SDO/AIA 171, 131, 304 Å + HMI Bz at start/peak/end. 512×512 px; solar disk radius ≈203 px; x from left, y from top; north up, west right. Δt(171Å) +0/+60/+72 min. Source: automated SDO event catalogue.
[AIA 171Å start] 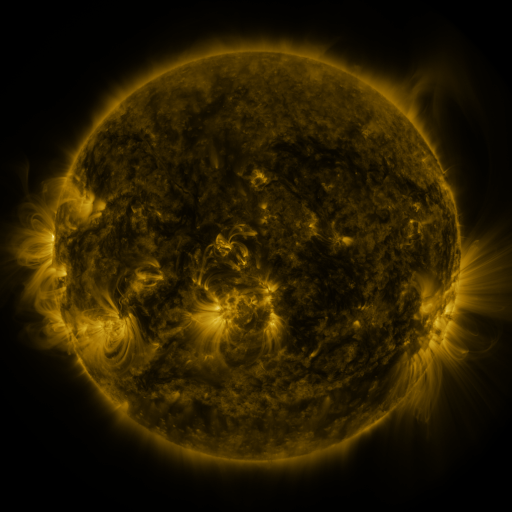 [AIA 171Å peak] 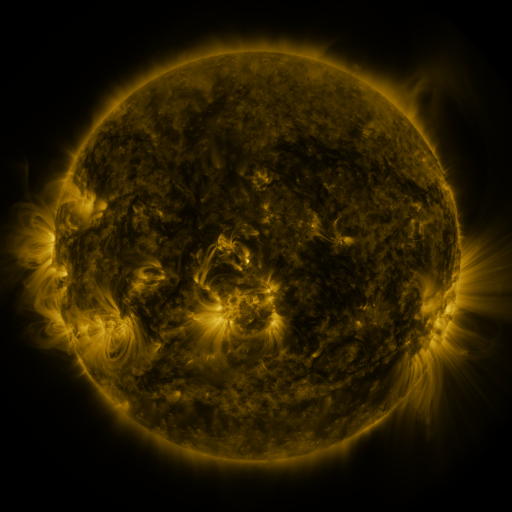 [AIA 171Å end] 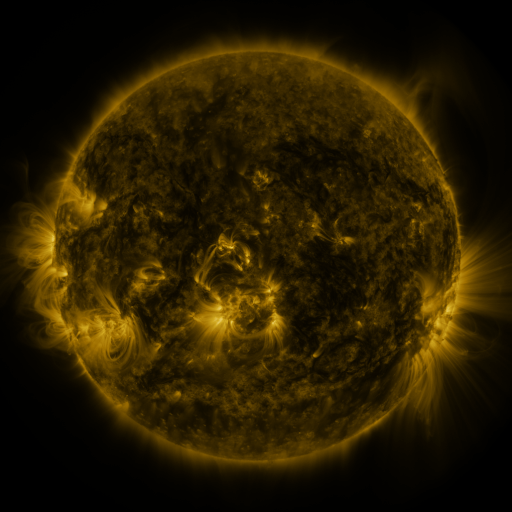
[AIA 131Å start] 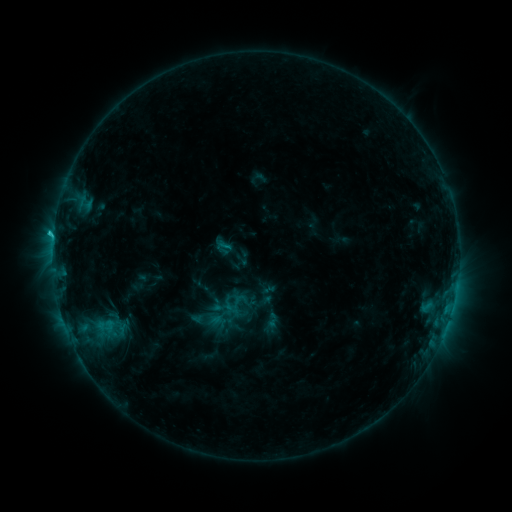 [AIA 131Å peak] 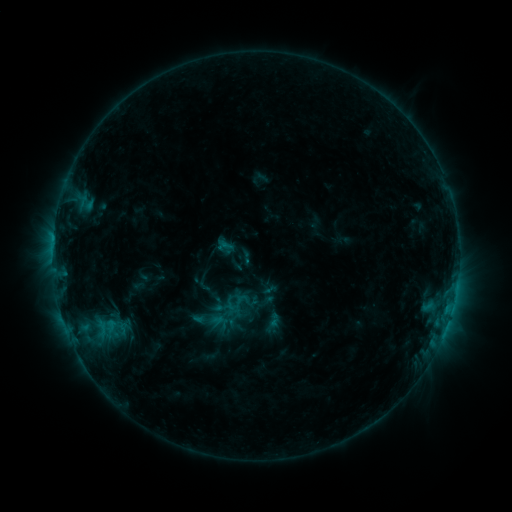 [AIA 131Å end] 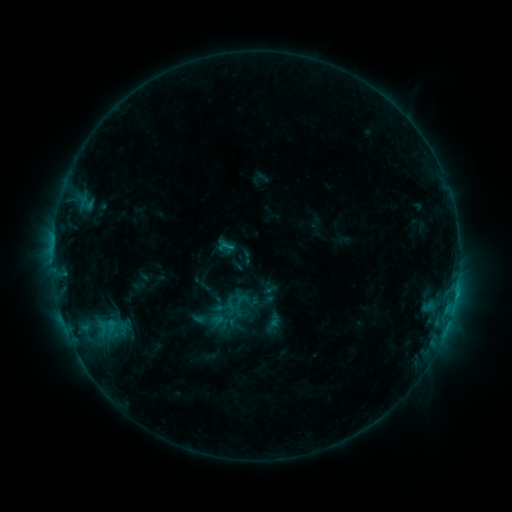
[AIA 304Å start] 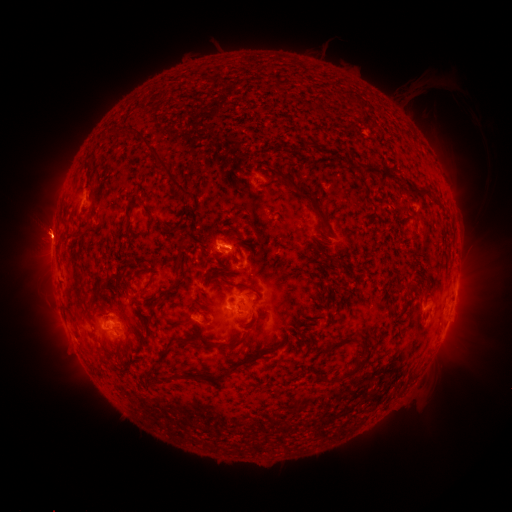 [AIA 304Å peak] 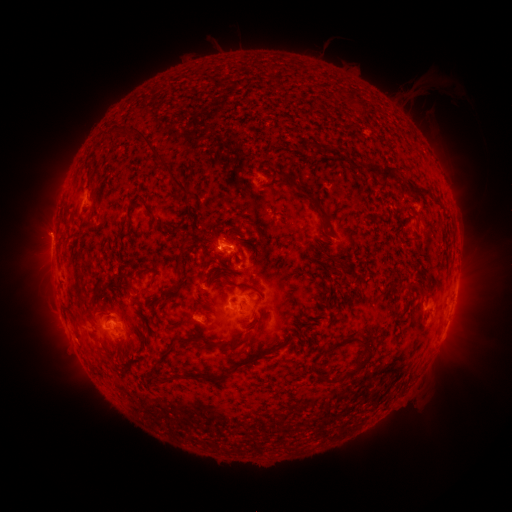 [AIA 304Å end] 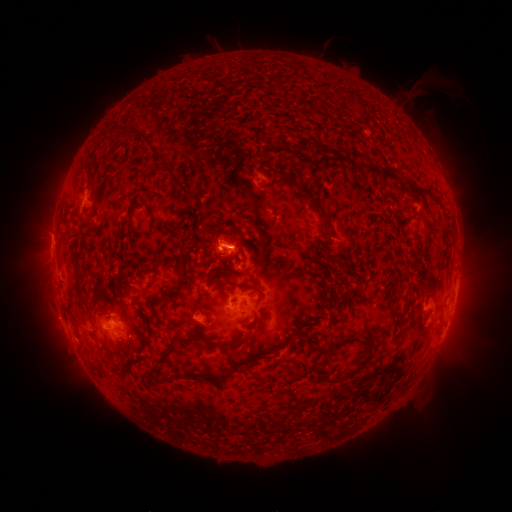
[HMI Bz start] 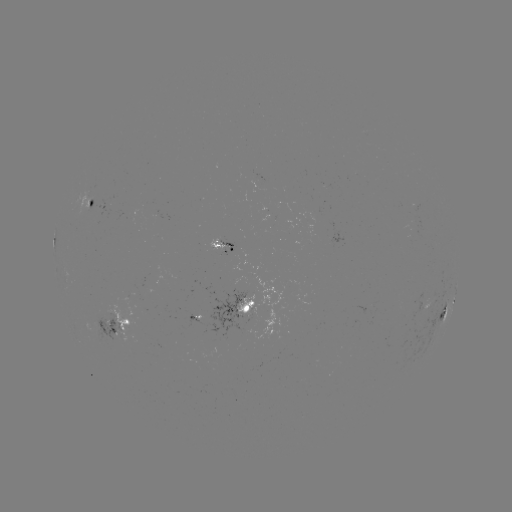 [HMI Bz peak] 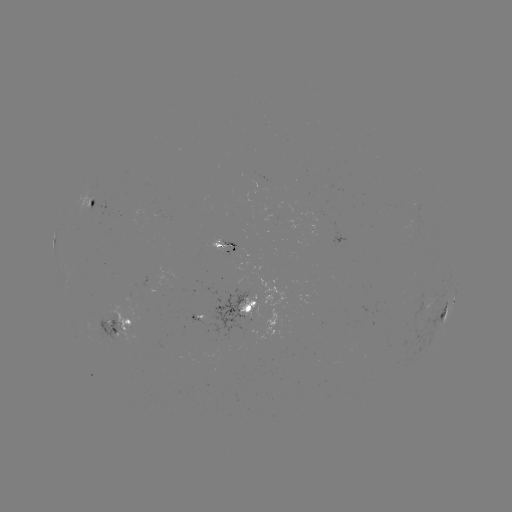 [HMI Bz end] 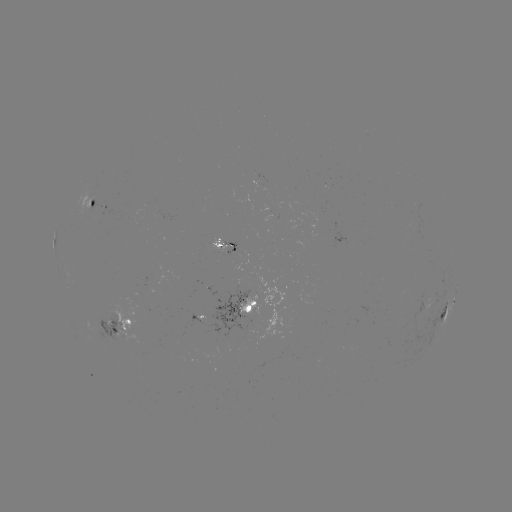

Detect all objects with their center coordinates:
emerging-flux region: (416, 222)
